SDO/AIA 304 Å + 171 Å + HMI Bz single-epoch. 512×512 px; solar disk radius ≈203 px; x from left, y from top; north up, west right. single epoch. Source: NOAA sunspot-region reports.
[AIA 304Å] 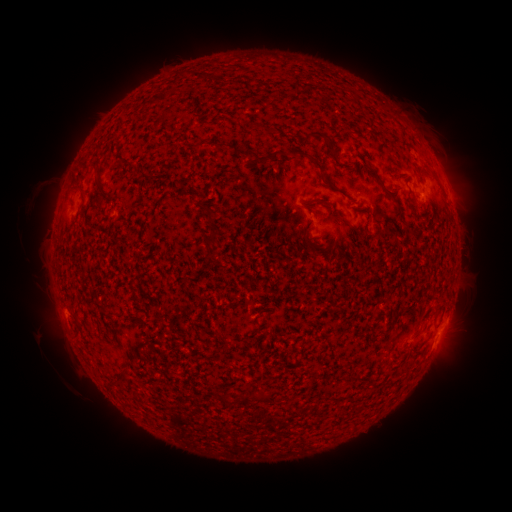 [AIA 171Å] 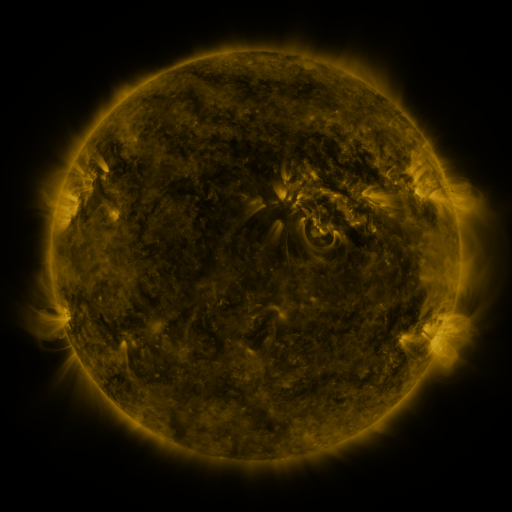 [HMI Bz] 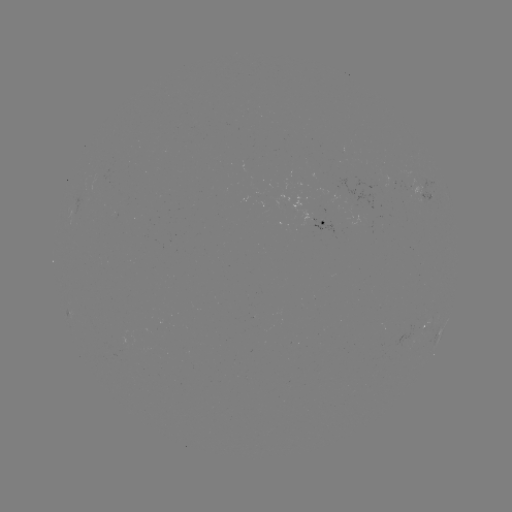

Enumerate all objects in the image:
spotted active region: (431, 196)
spotted active region: (321, 224)
spotted active region: (444, 325)
spotted active region: (423, 329)
